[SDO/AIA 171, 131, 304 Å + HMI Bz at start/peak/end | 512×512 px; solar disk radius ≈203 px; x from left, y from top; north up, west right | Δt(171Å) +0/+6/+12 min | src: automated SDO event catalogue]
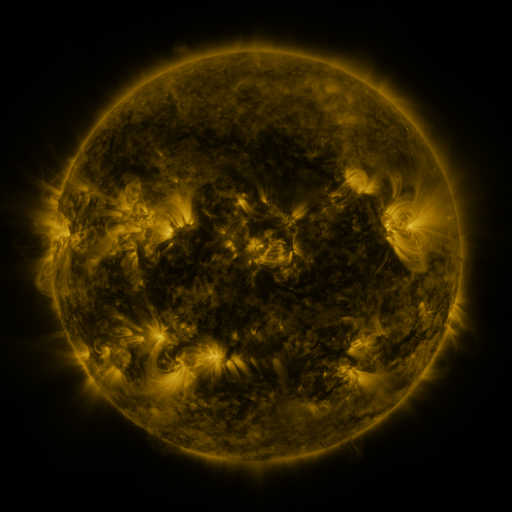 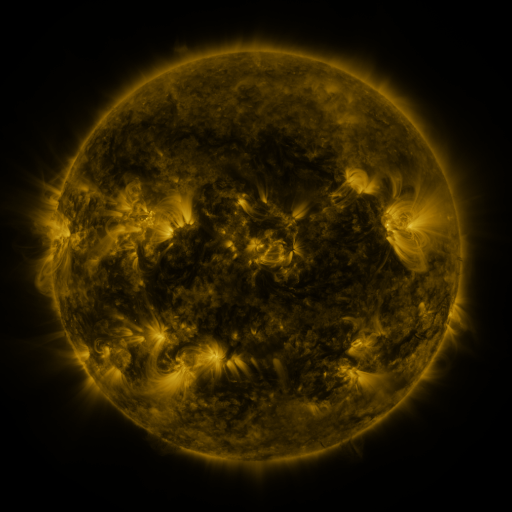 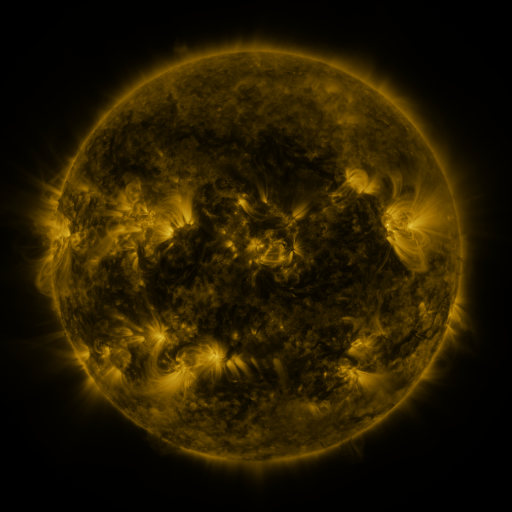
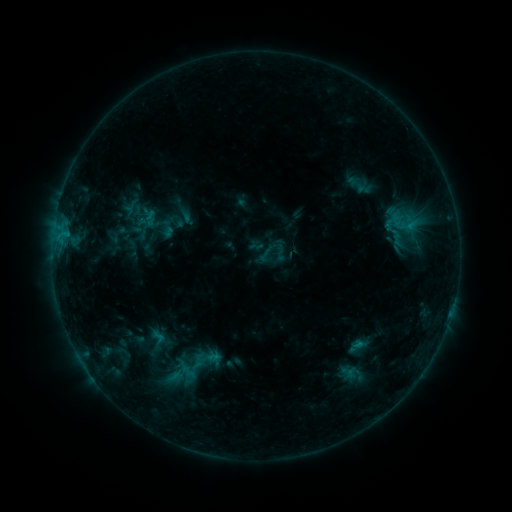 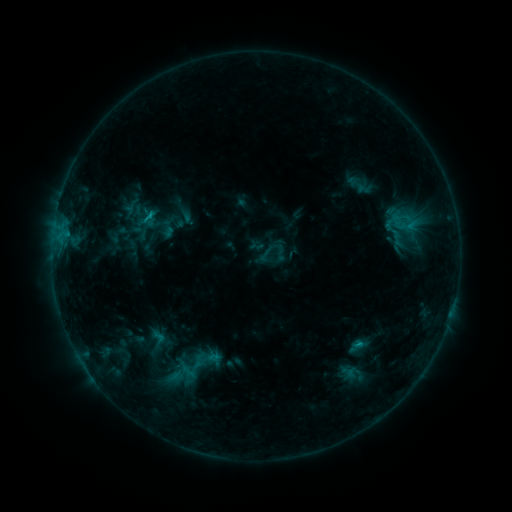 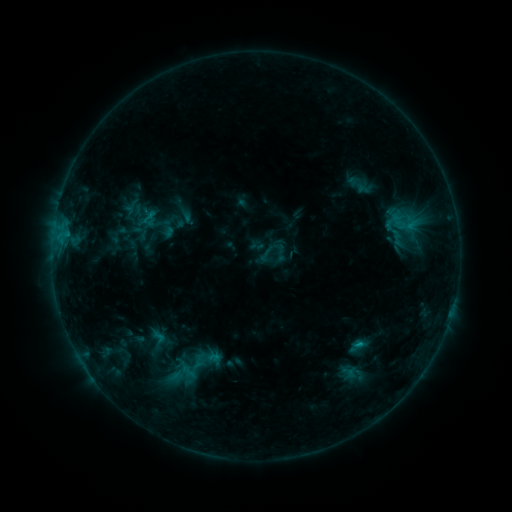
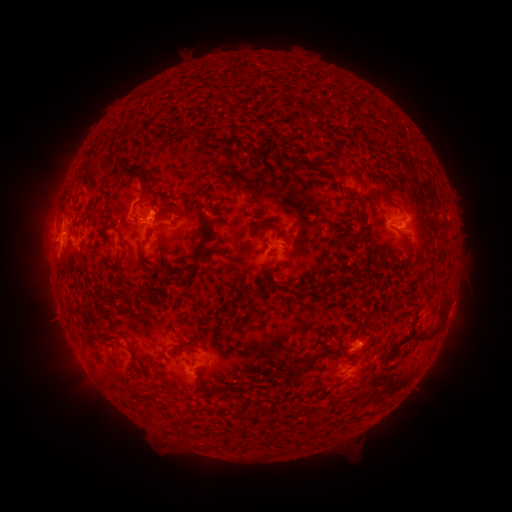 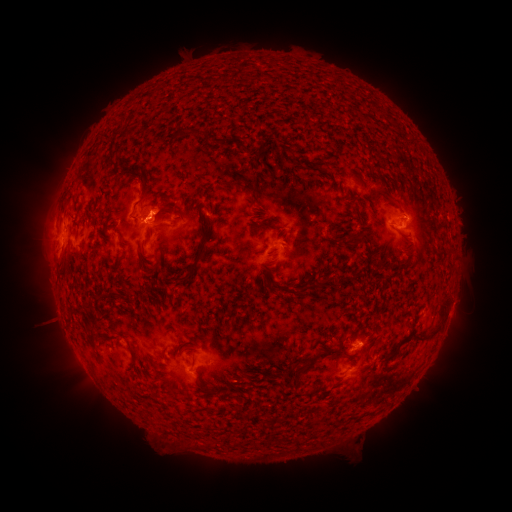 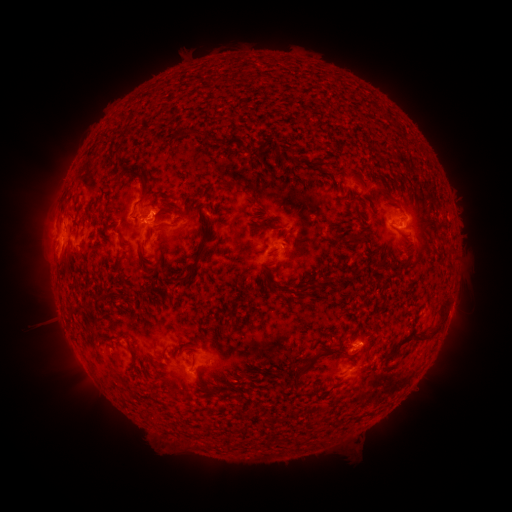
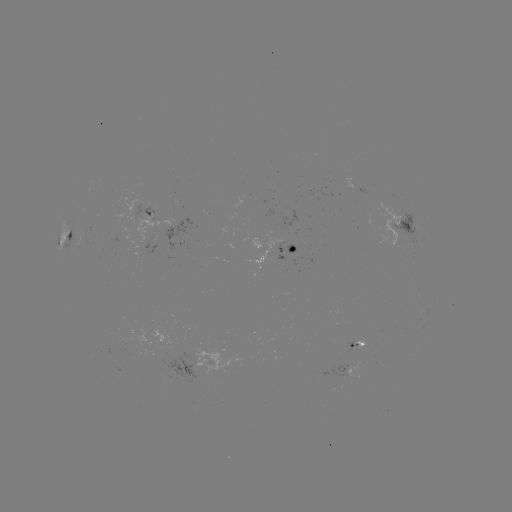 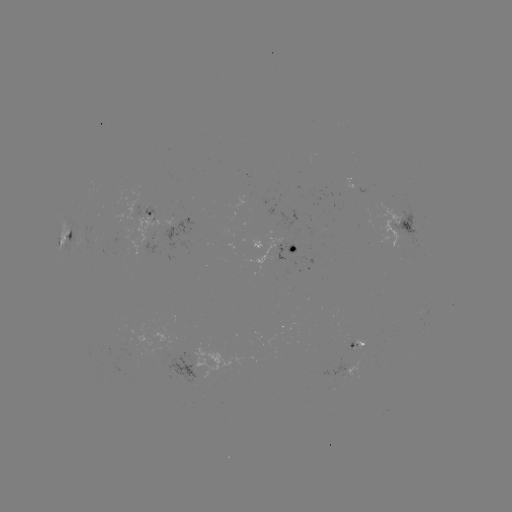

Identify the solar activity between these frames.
B8.6 flare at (148, 222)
